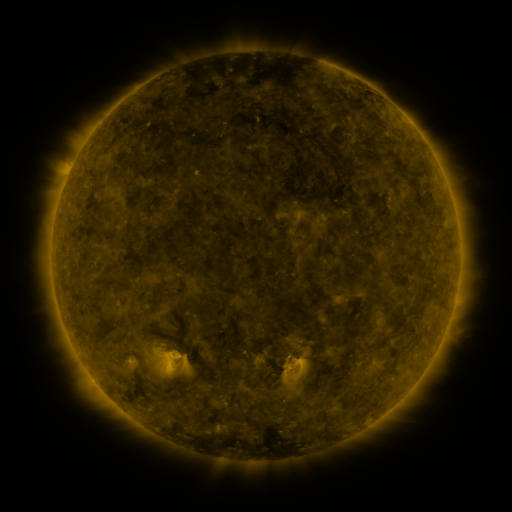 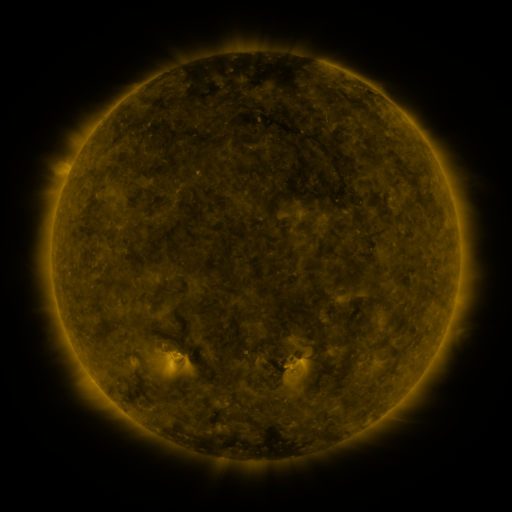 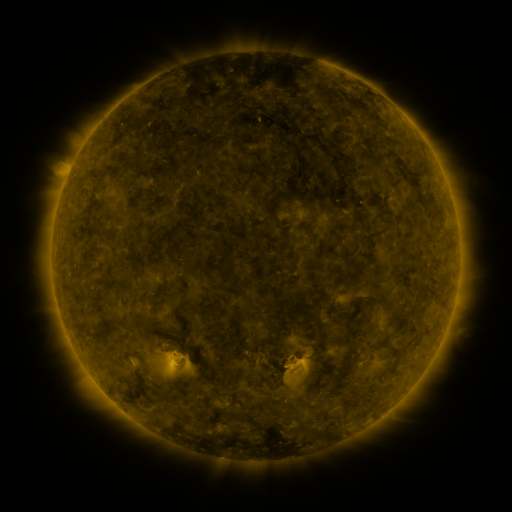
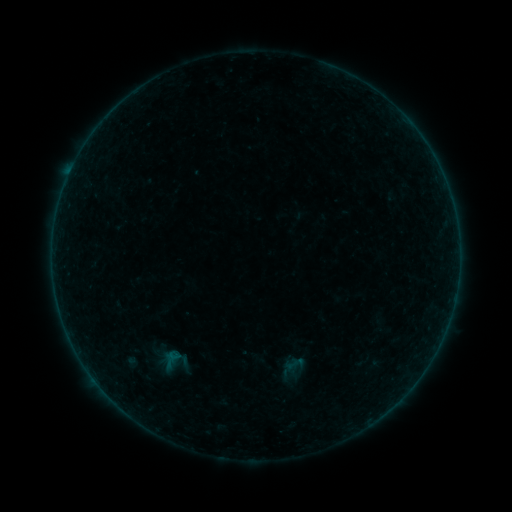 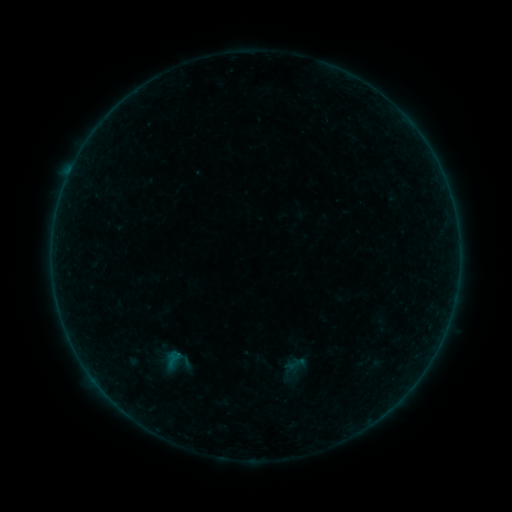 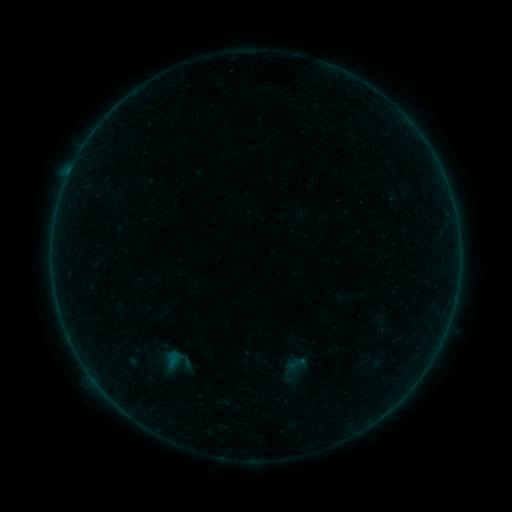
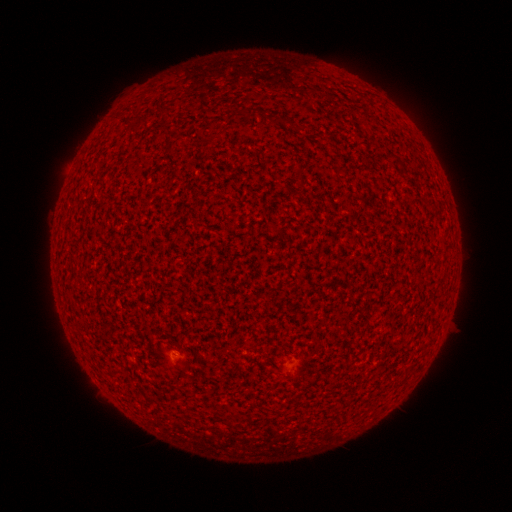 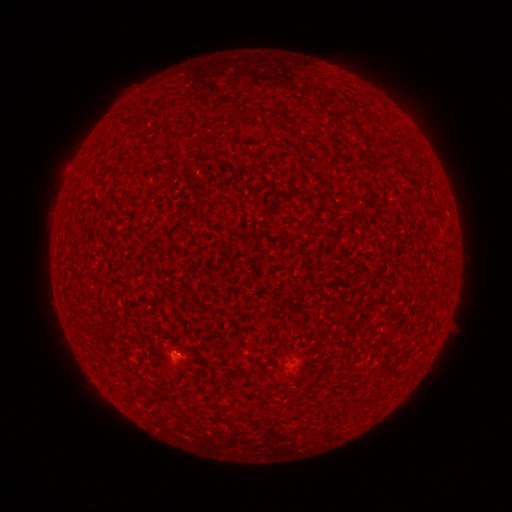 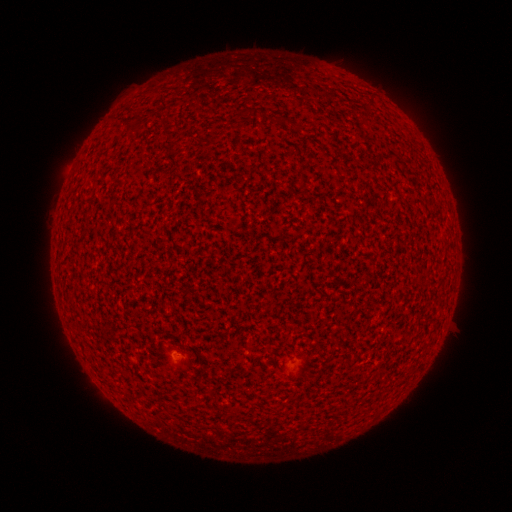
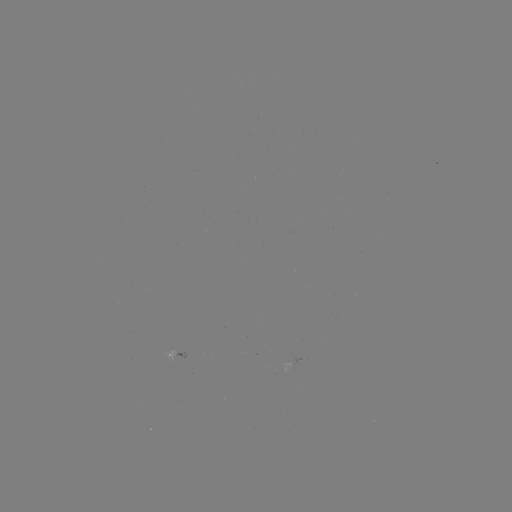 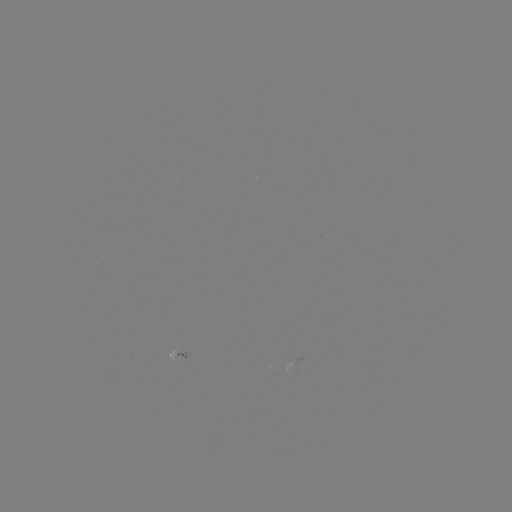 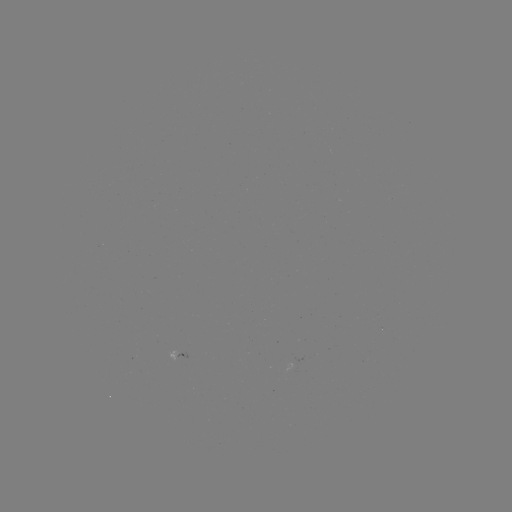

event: flare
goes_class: A3.1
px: (174, 356)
